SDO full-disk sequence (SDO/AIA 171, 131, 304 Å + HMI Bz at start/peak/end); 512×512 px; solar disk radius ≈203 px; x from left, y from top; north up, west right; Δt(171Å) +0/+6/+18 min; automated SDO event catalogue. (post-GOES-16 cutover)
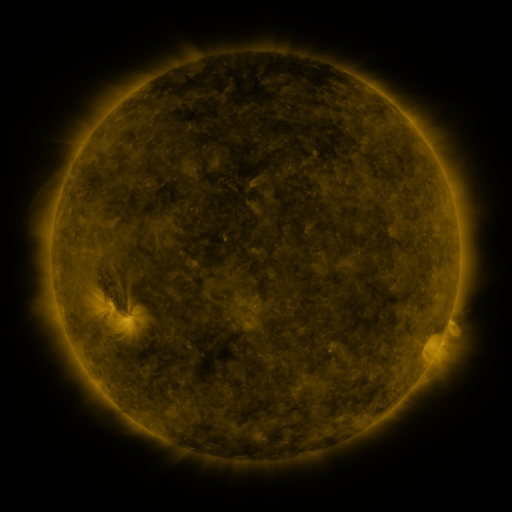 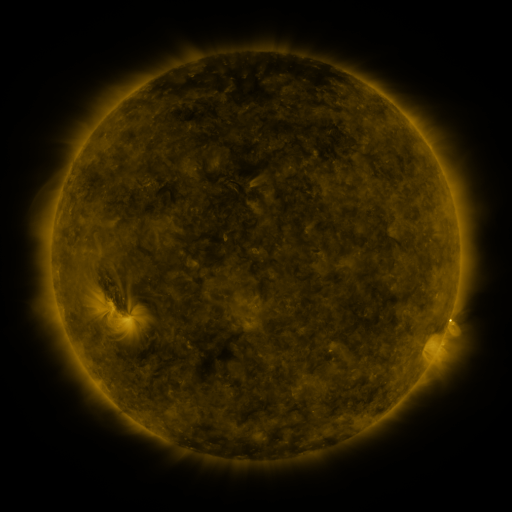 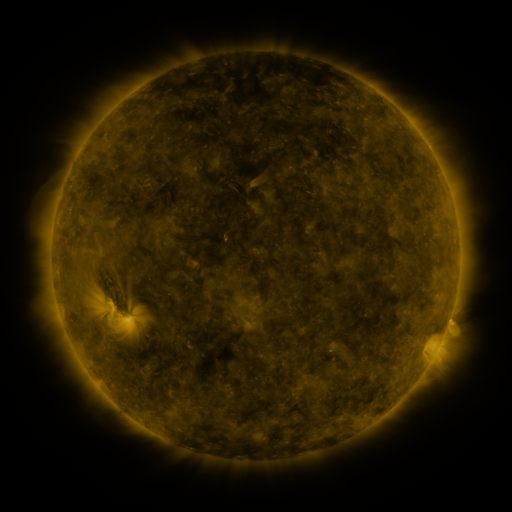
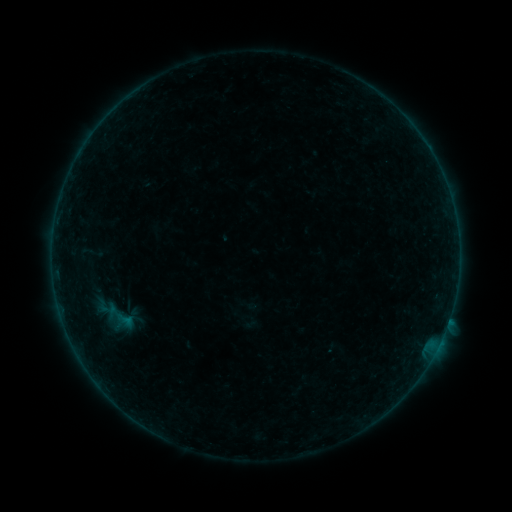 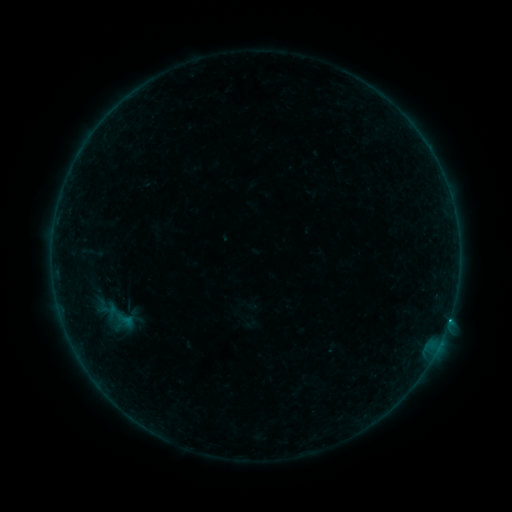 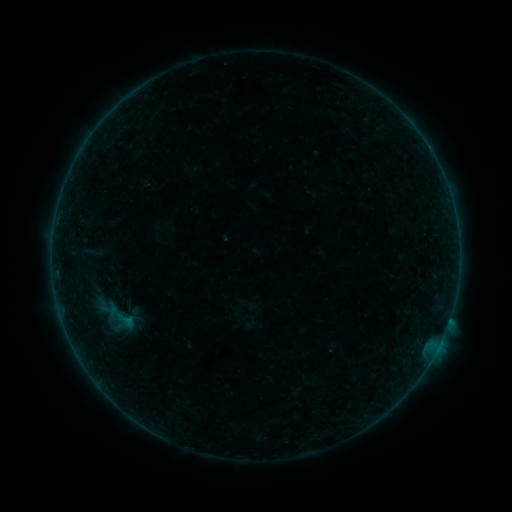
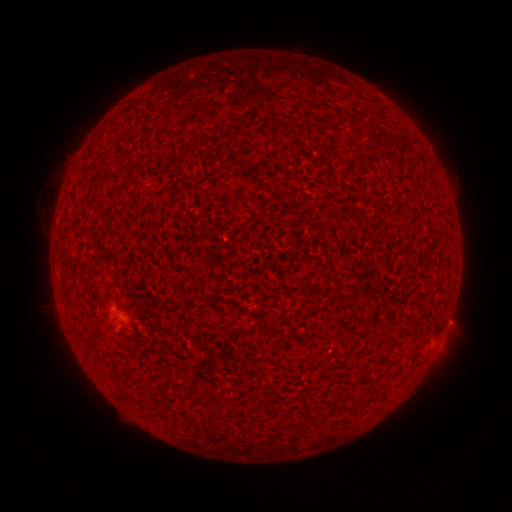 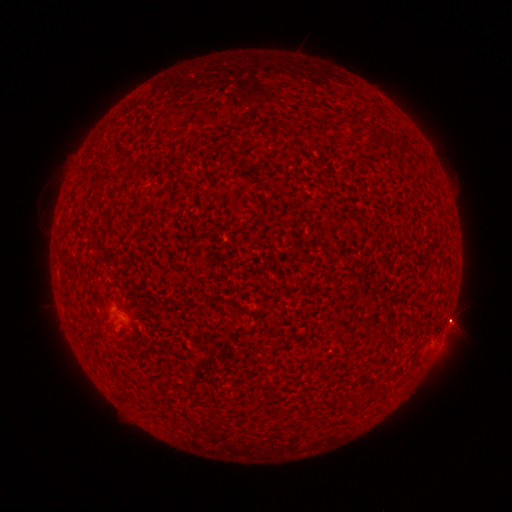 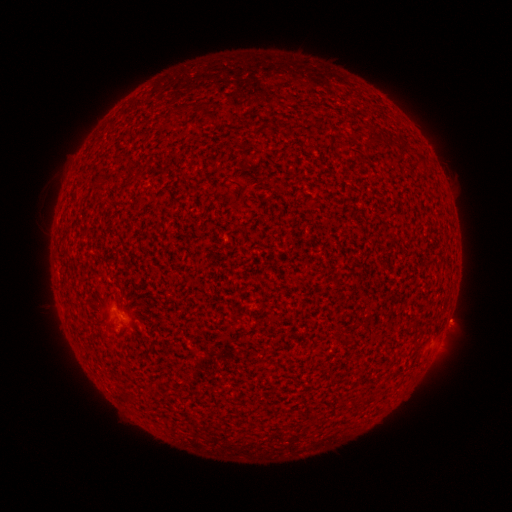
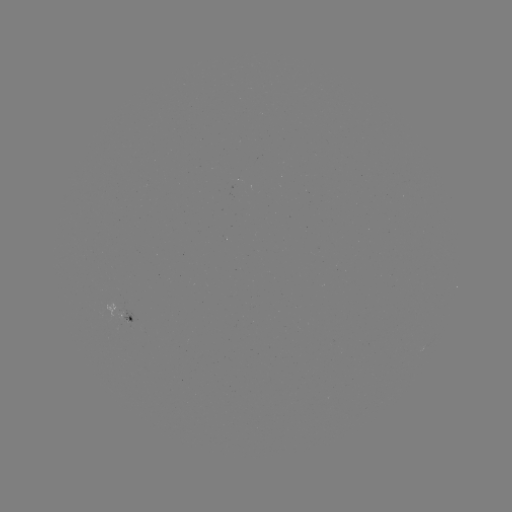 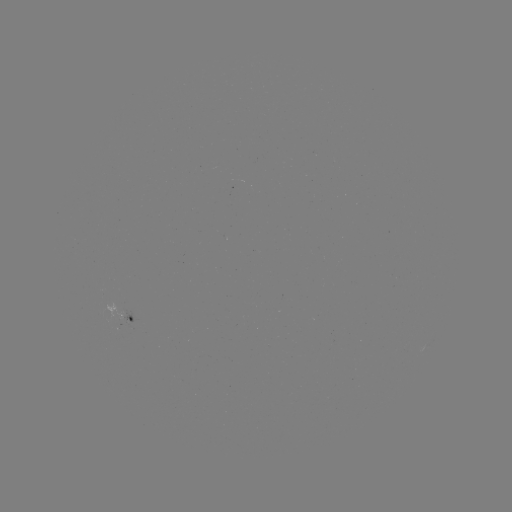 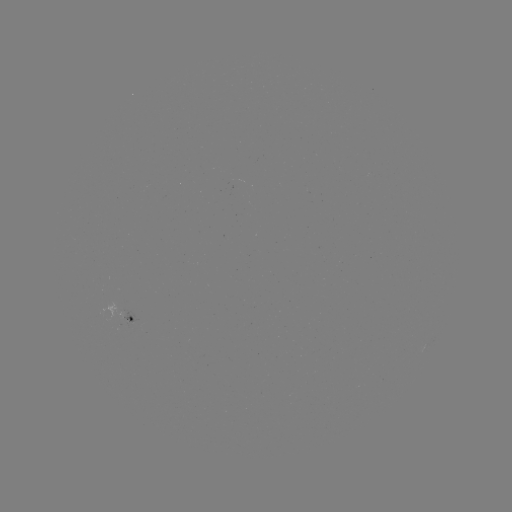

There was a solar flare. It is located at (448, 319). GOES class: B3.7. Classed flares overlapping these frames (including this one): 1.